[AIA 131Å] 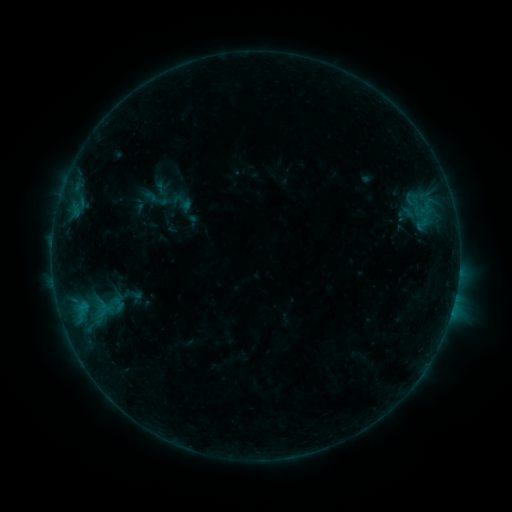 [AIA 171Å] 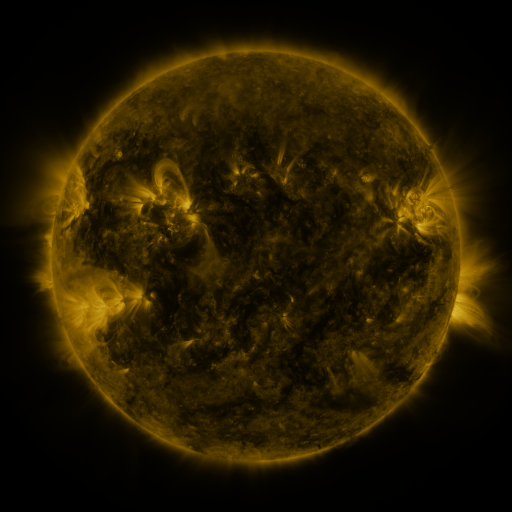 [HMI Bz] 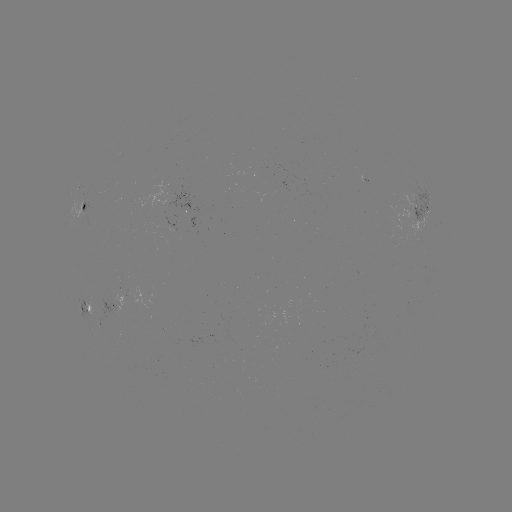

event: sigmoid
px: (118, 304)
